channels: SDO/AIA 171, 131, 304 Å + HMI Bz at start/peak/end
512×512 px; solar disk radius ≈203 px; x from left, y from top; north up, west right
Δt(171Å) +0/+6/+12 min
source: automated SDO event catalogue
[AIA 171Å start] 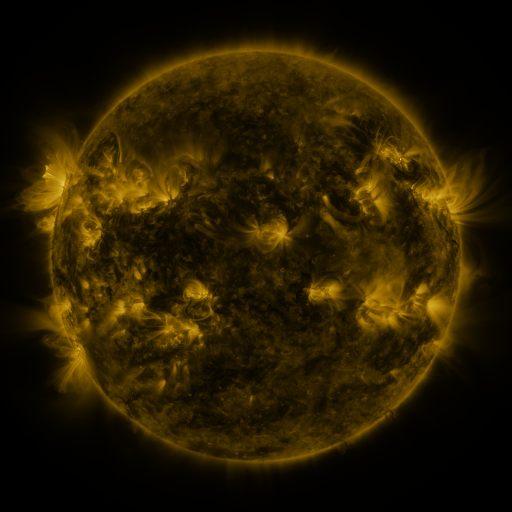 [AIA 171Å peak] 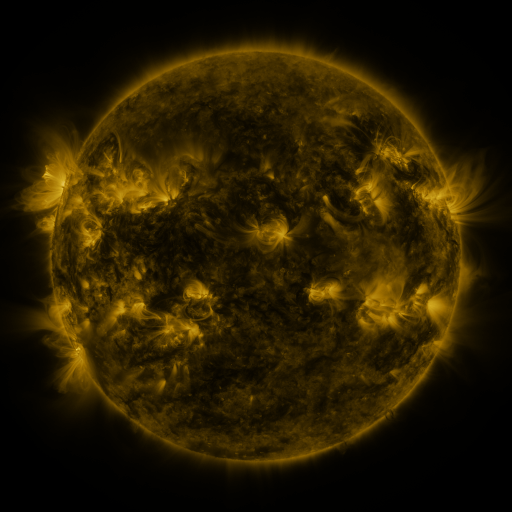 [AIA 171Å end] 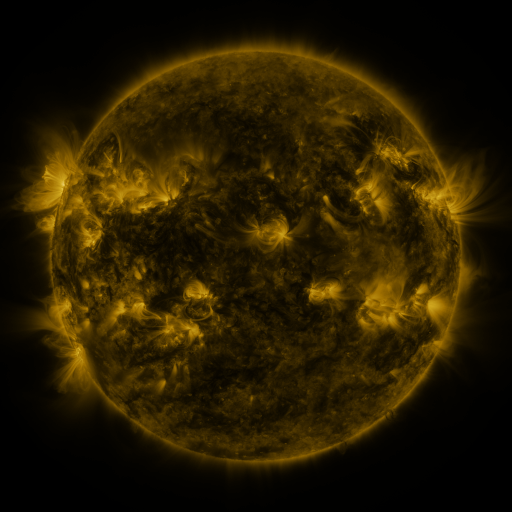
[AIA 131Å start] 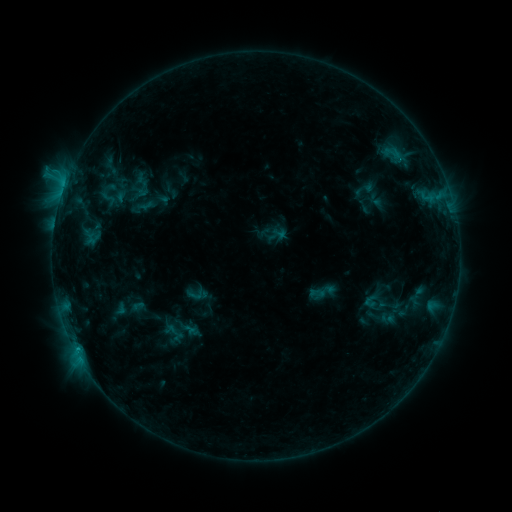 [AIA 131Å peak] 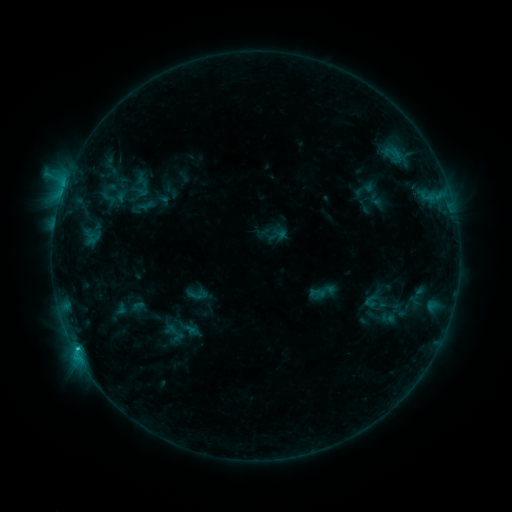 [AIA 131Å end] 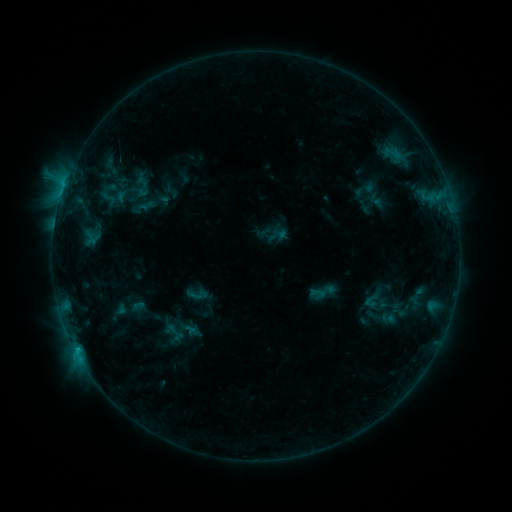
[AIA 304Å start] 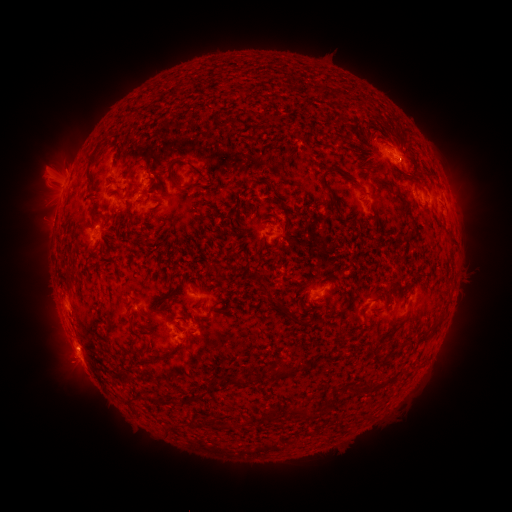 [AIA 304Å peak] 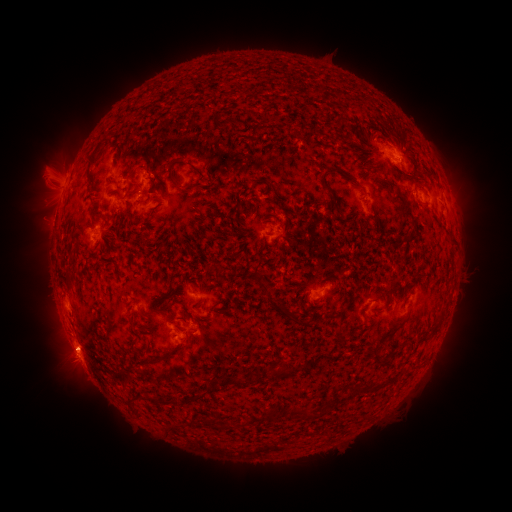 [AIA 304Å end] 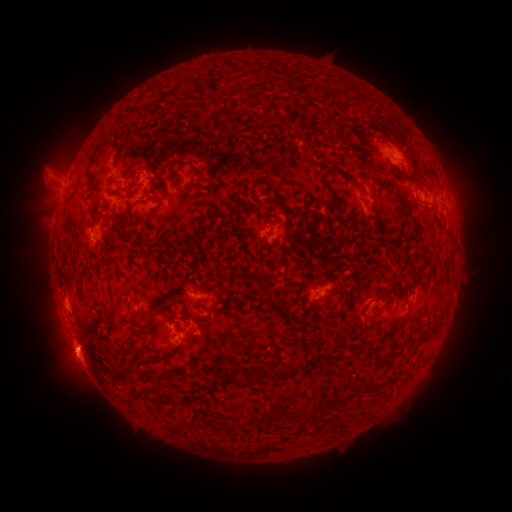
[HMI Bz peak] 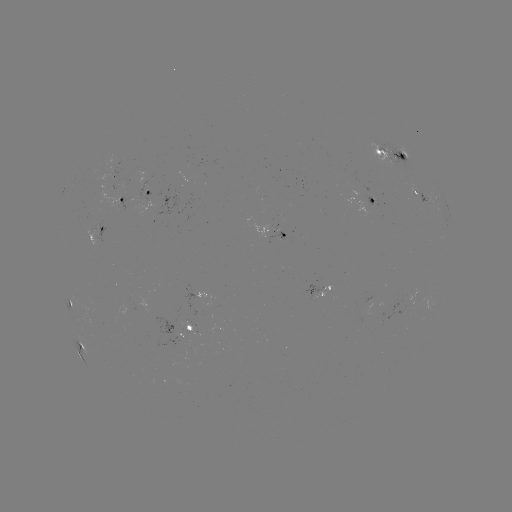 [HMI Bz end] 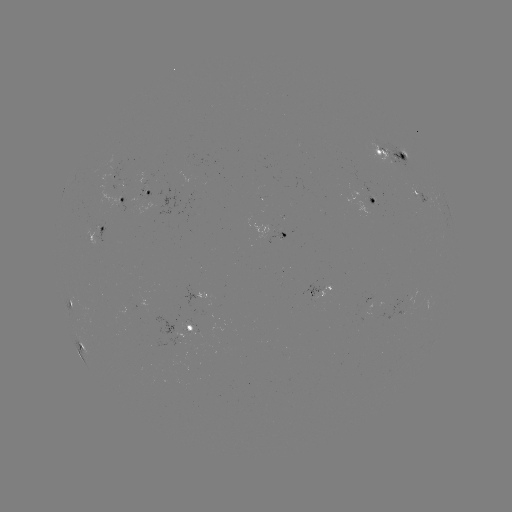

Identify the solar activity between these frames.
C1.5 flare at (78, 349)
